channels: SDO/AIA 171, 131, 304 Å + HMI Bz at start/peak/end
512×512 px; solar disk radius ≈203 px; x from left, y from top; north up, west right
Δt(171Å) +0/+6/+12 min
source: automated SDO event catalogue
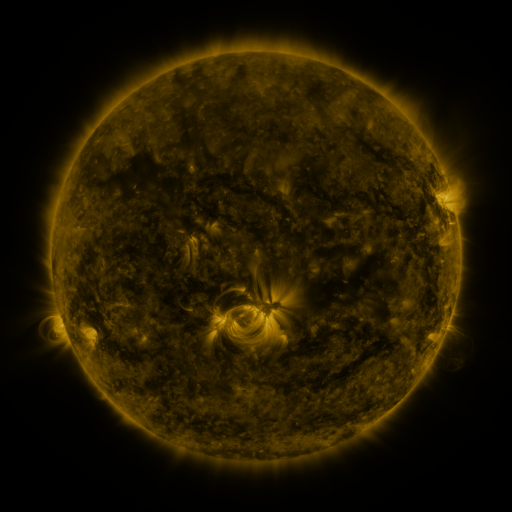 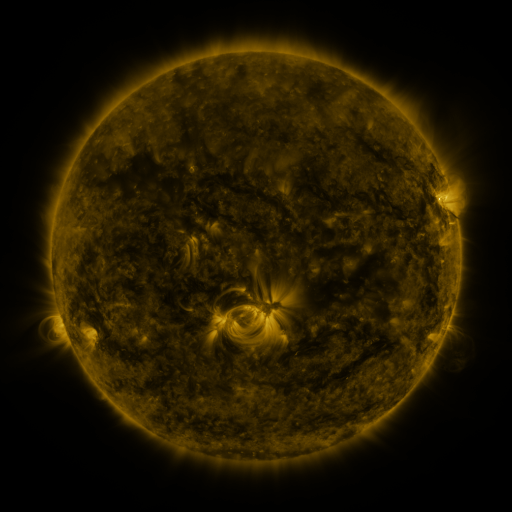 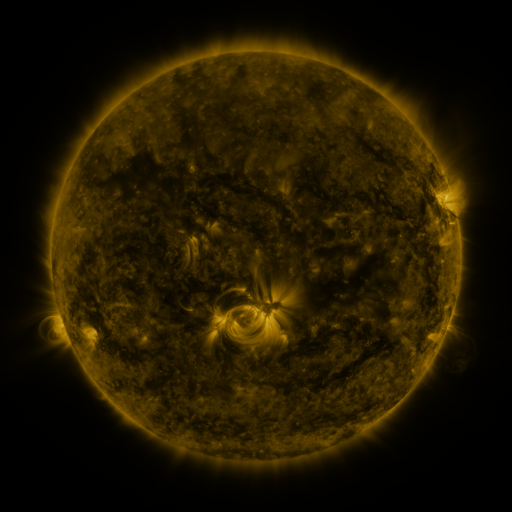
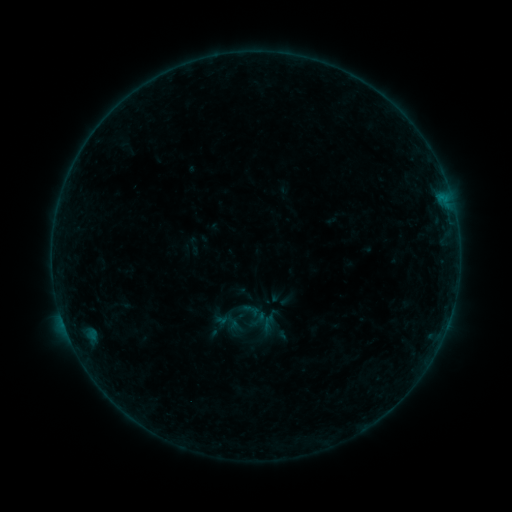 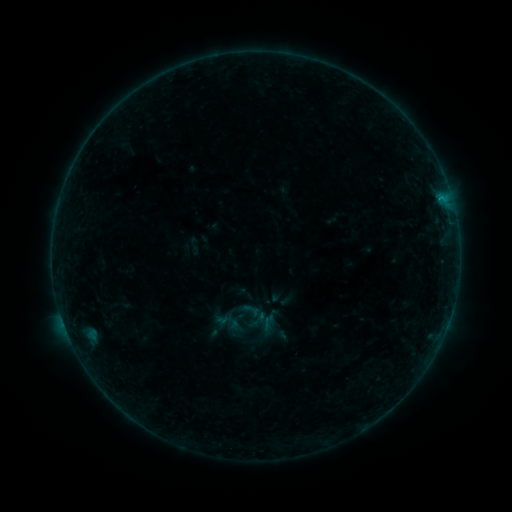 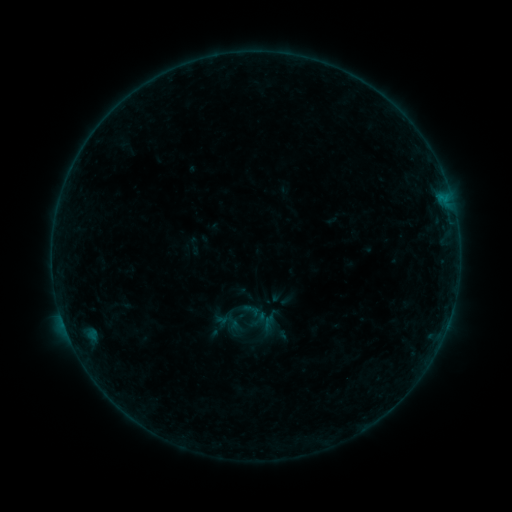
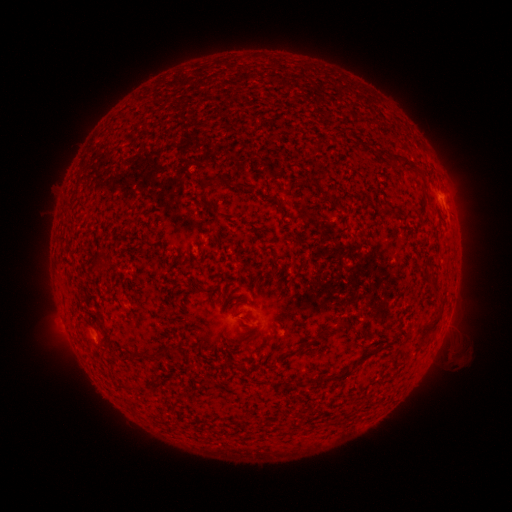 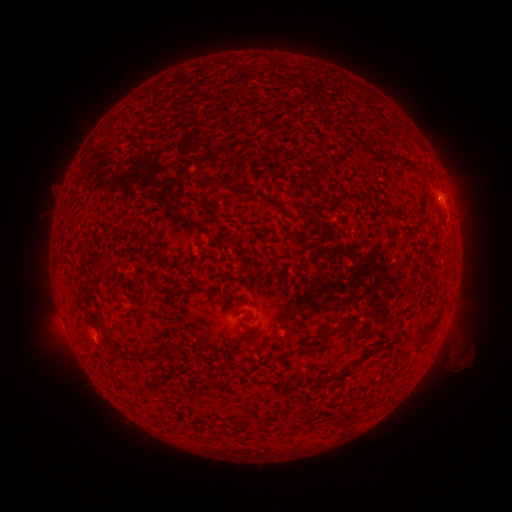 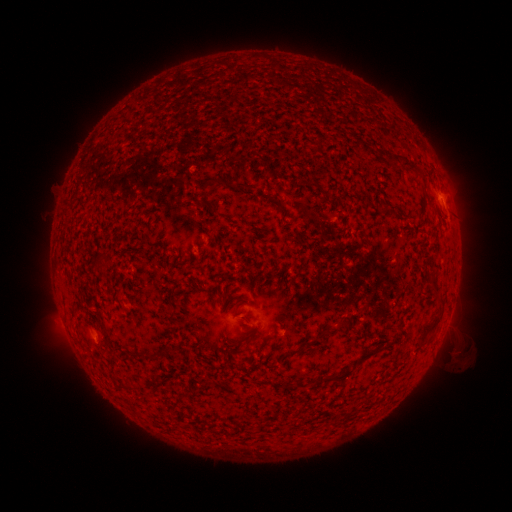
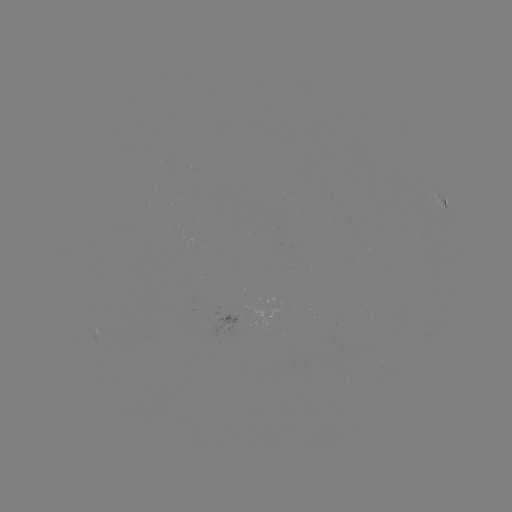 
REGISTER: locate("B1.4 flare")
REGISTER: (441, 199)